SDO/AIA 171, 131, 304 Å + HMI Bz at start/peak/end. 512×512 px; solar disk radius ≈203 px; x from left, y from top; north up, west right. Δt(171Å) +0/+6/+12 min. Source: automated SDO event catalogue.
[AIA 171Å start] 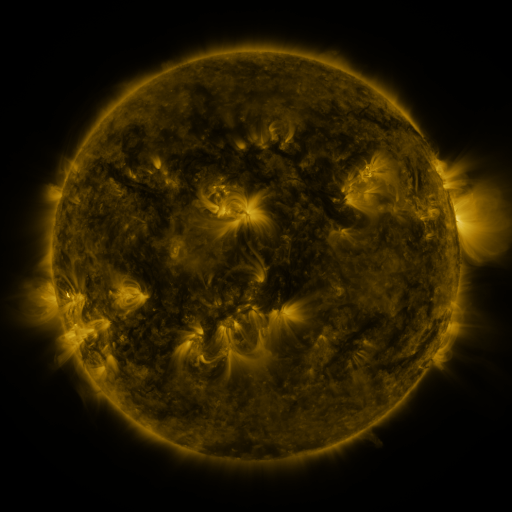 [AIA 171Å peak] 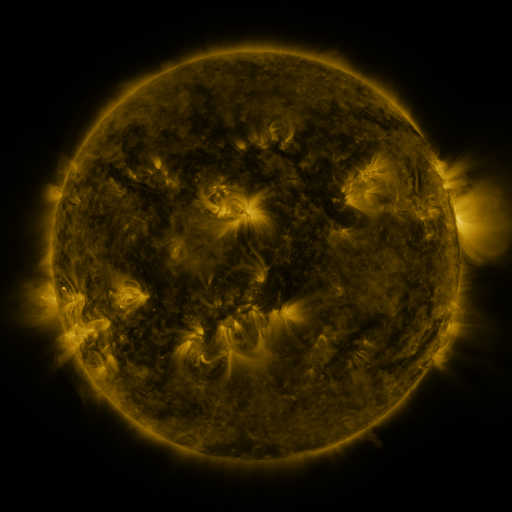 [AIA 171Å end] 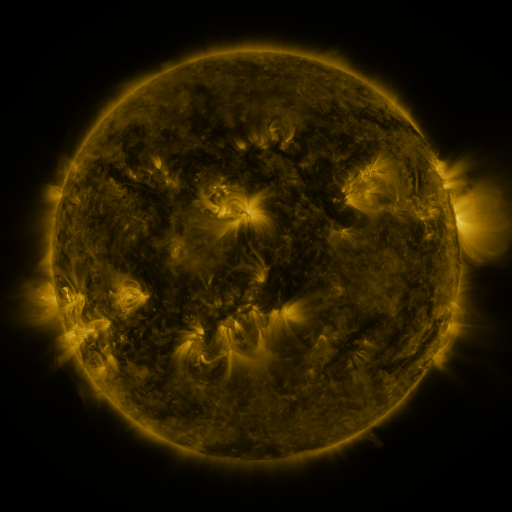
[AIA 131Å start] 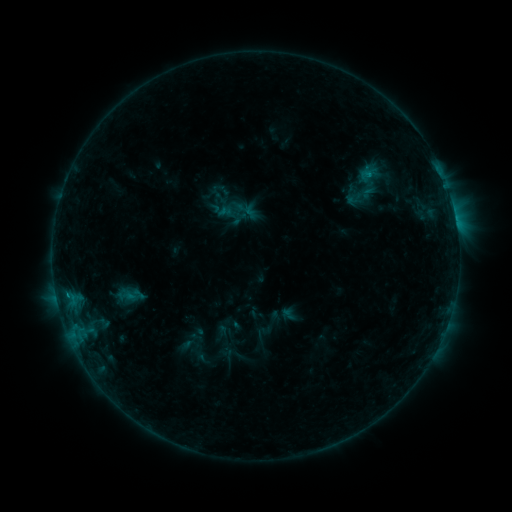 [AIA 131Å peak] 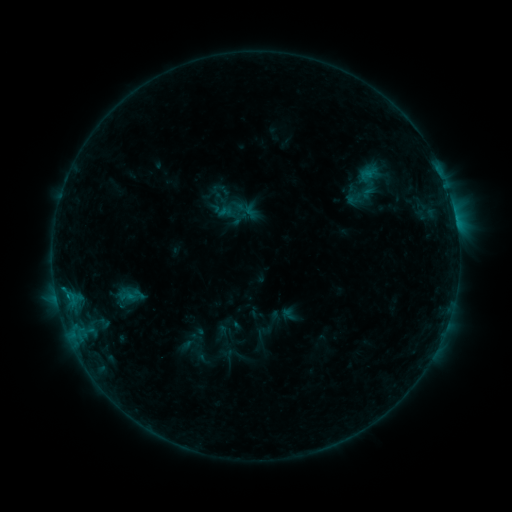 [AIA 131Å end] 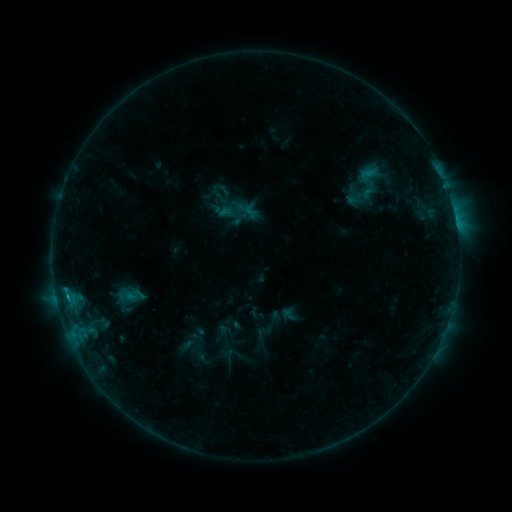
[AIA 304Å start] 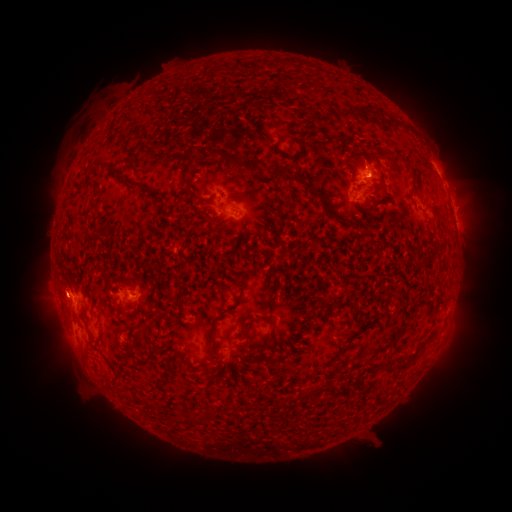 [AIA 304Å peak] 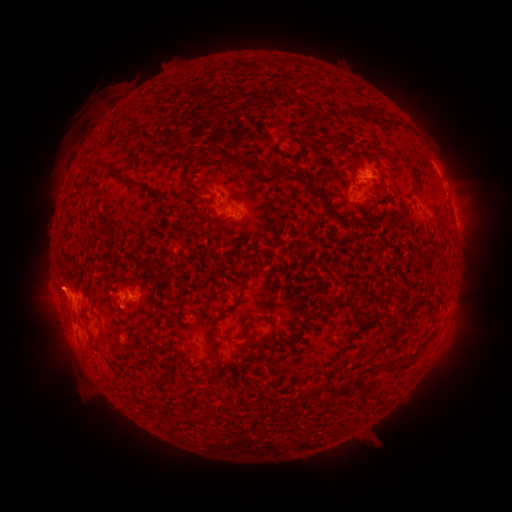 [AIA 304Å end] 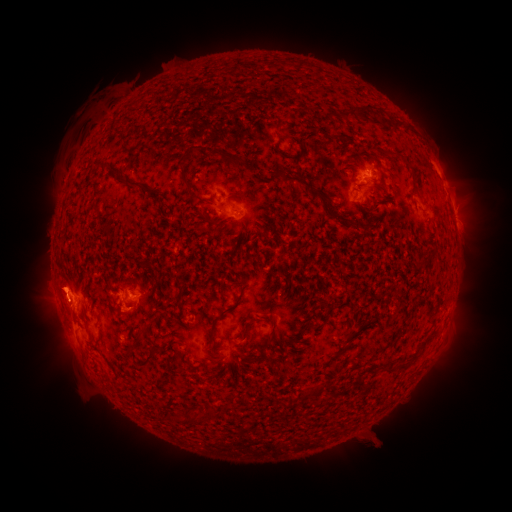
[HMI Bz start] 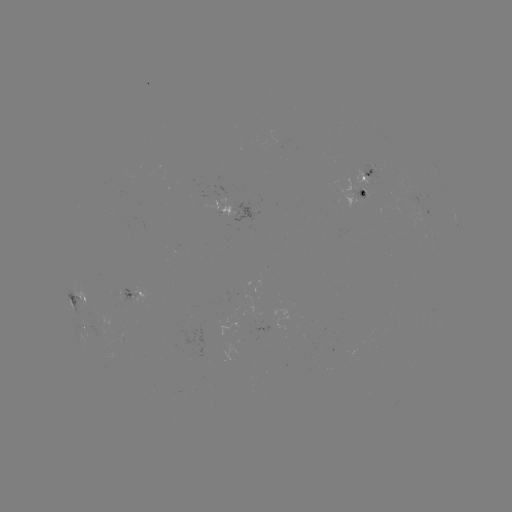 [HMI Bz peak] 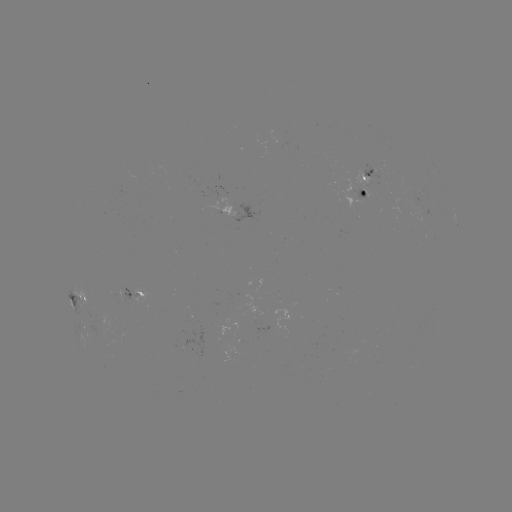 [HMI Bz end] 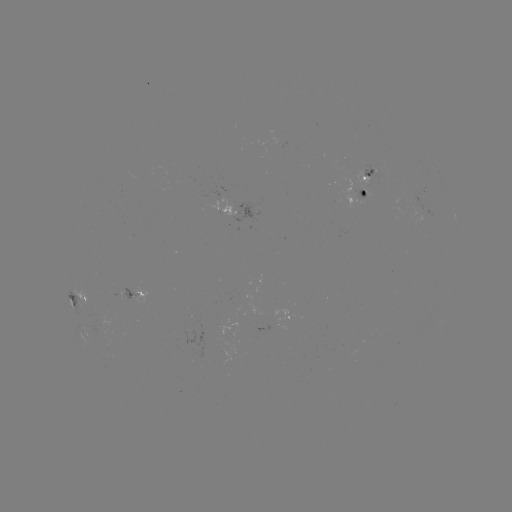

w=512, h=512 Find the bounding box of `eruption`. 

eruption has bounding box [25, 257, 90, 332].